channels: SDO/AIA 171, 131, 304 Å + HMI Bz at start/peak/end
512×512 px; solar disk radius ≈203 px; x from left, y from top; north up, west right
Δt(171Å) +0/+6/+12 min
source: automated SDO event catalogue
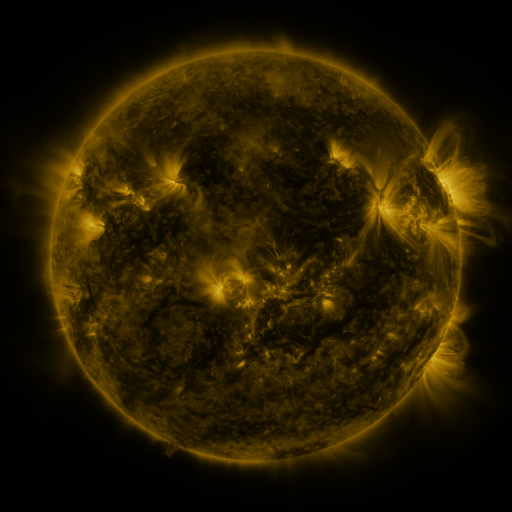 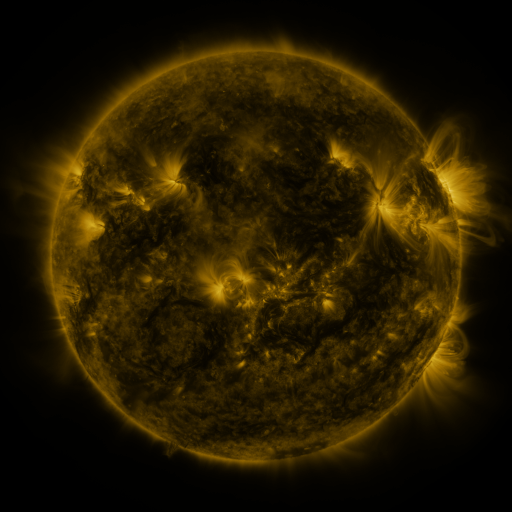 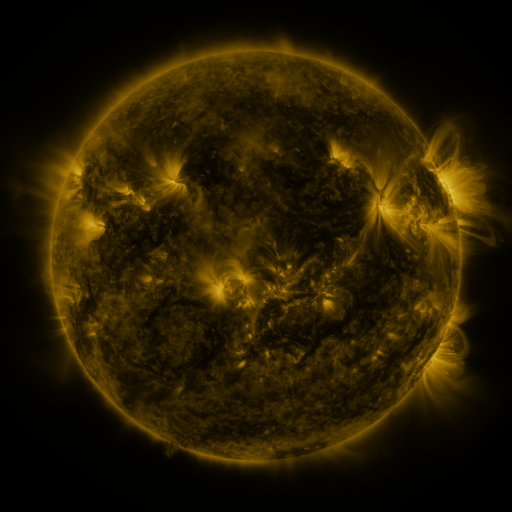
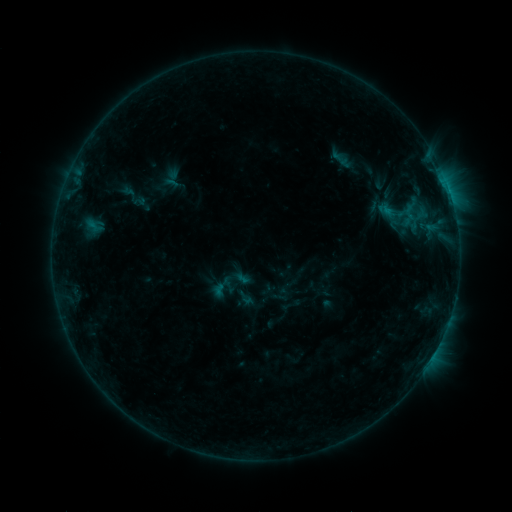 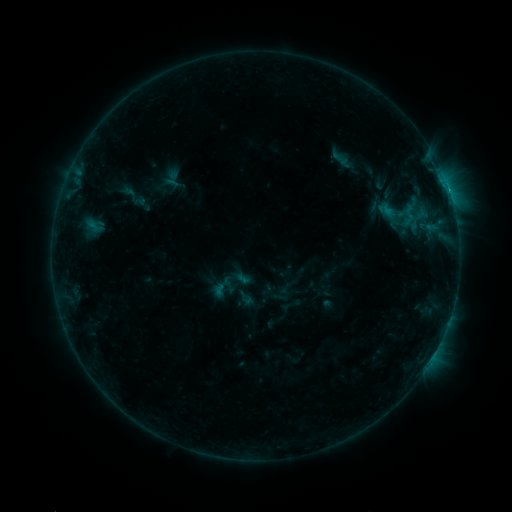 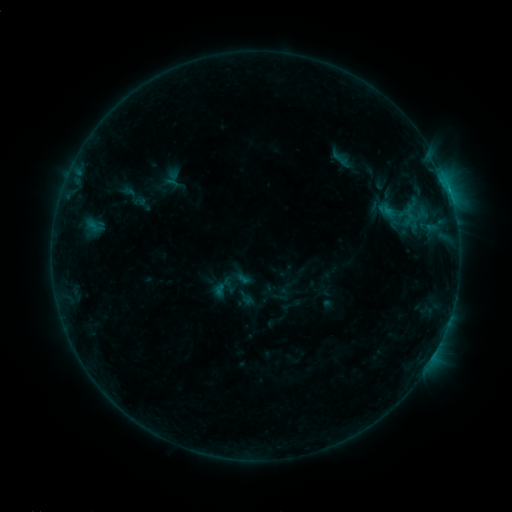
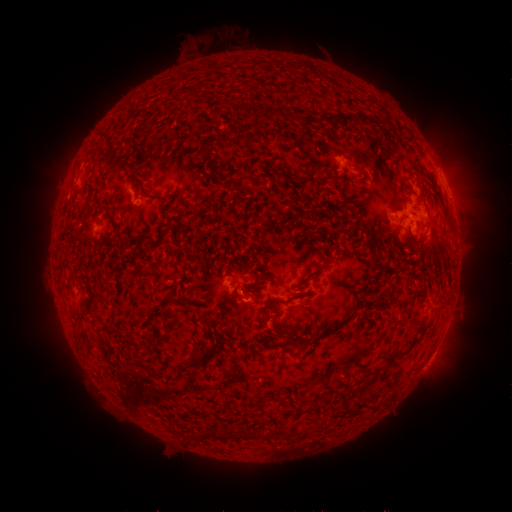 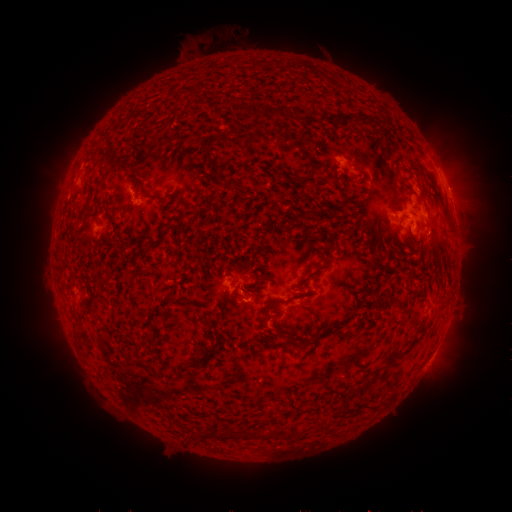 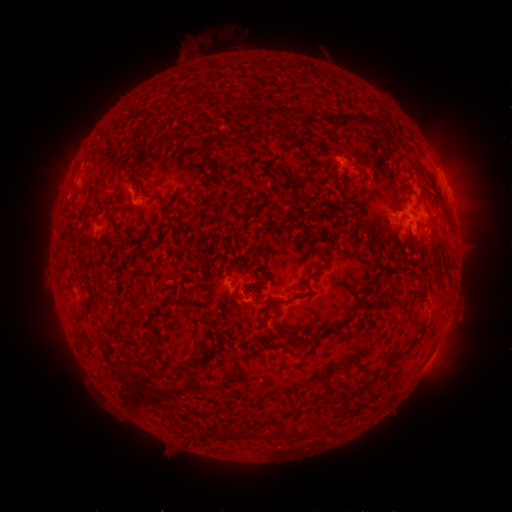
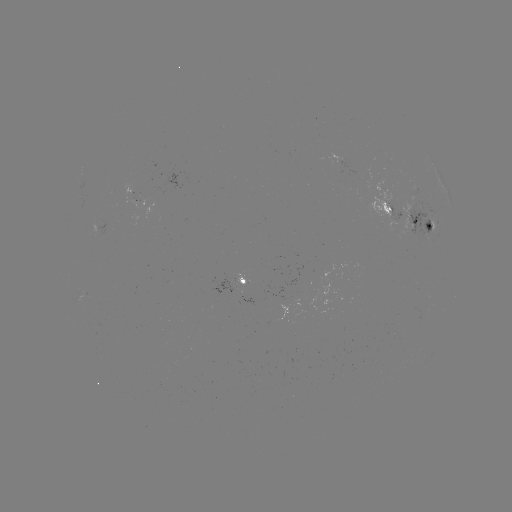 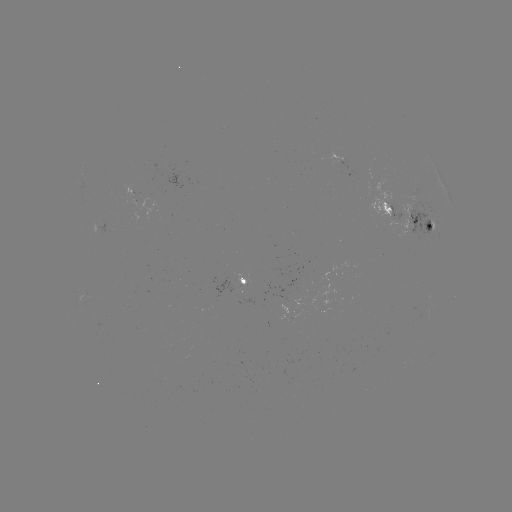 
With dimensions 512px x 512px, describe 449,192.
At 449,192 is B5.1 flare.